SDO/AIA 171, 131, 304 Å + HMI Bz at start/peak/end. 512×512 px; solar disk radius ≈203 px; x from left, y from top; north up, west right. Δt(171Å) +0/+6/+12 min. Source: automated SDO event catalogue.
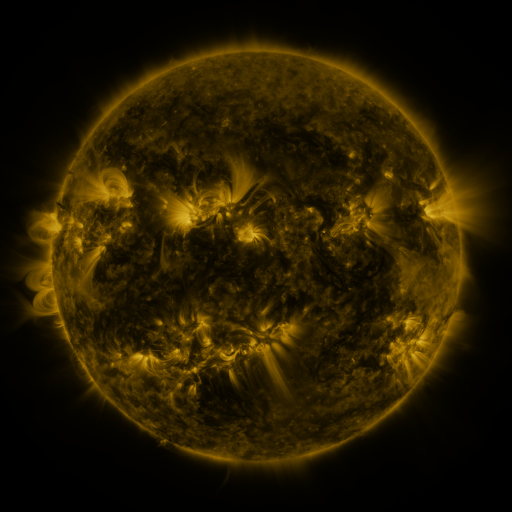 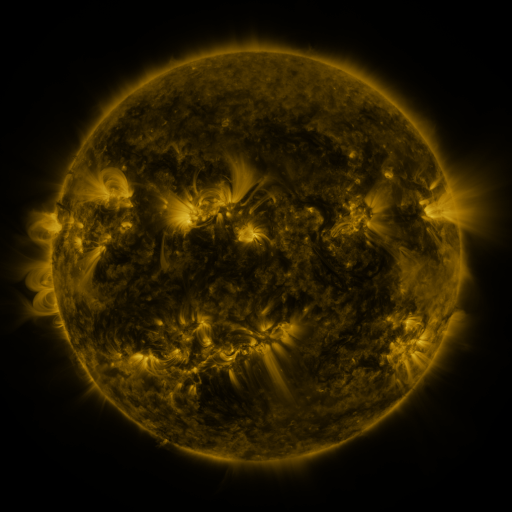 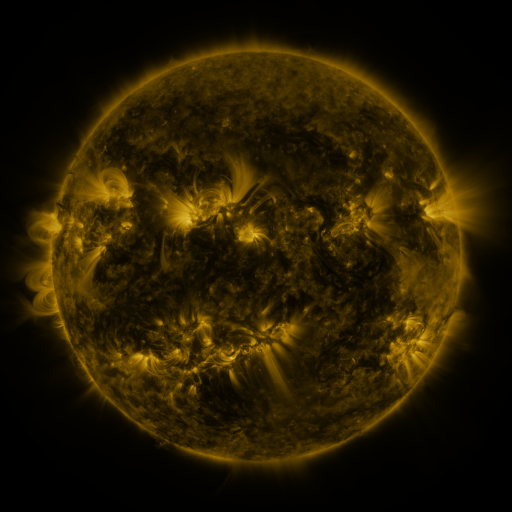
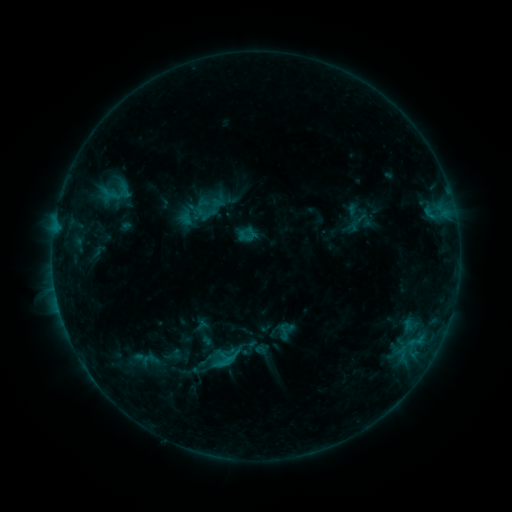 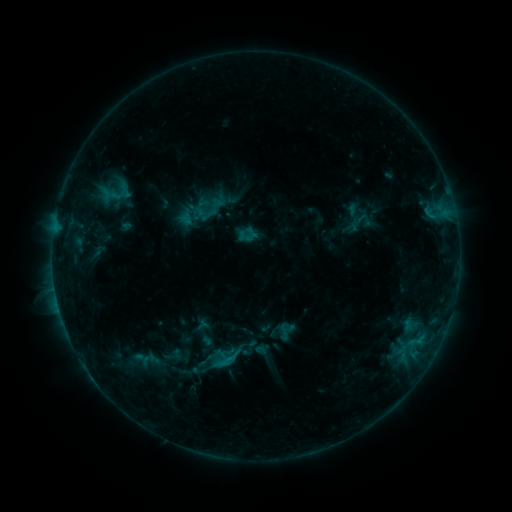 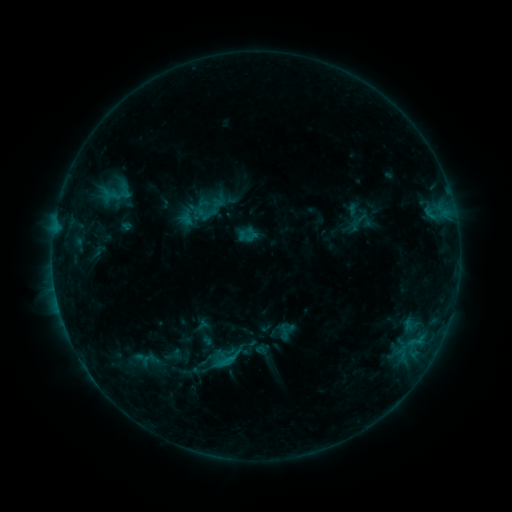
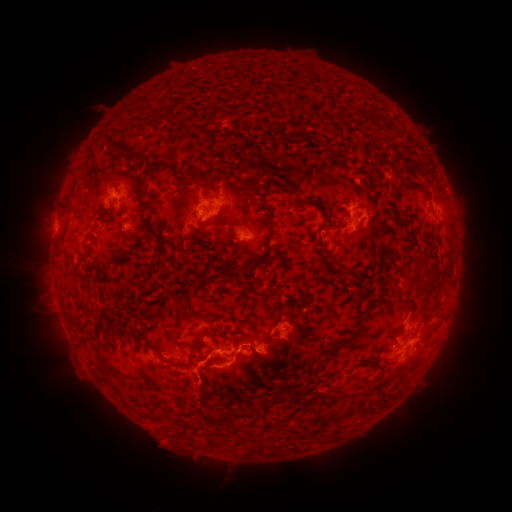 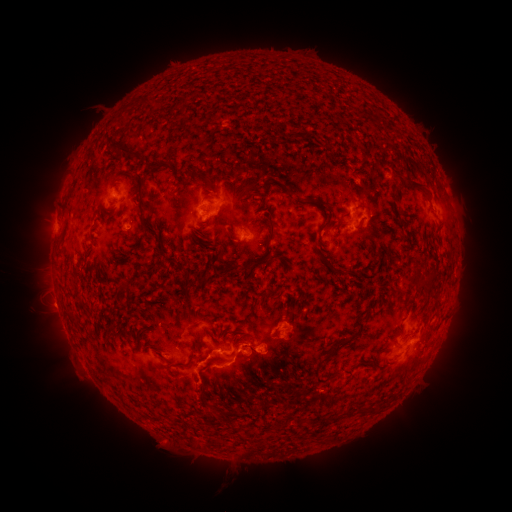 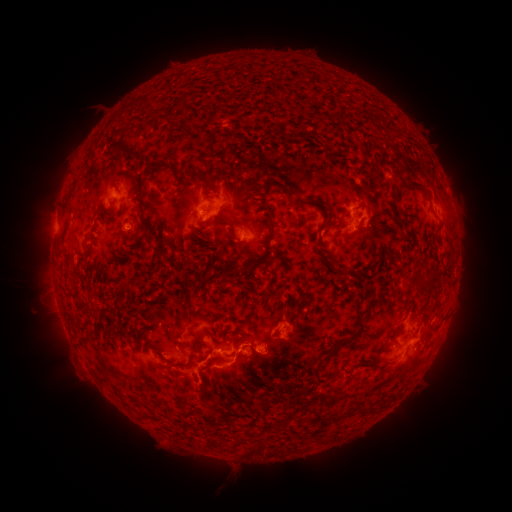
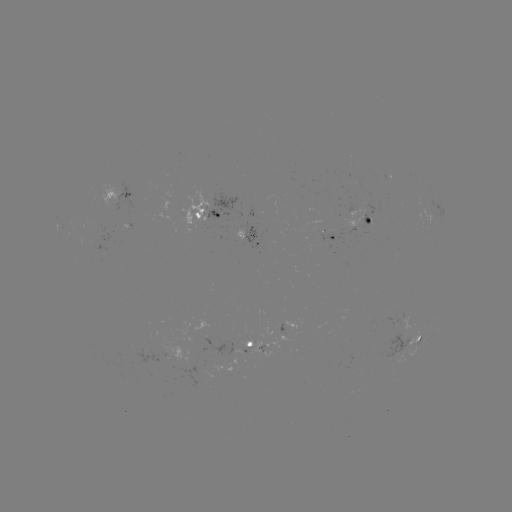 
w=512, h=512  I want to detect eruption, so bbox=[26, 285, 75, 331].